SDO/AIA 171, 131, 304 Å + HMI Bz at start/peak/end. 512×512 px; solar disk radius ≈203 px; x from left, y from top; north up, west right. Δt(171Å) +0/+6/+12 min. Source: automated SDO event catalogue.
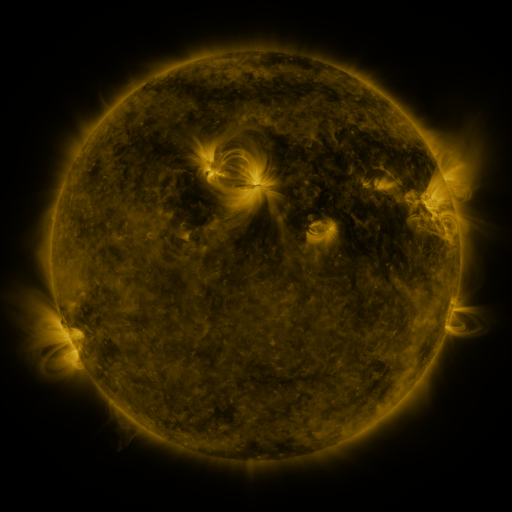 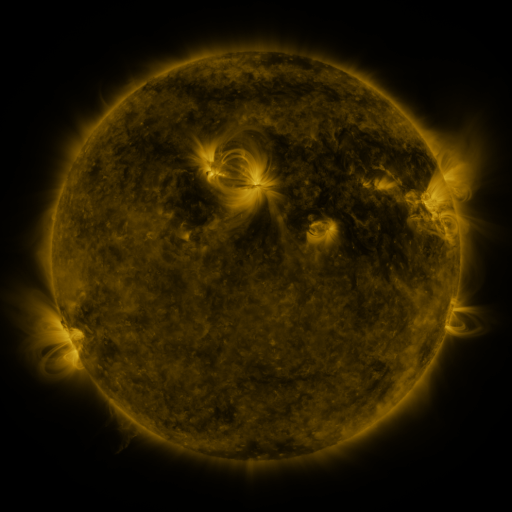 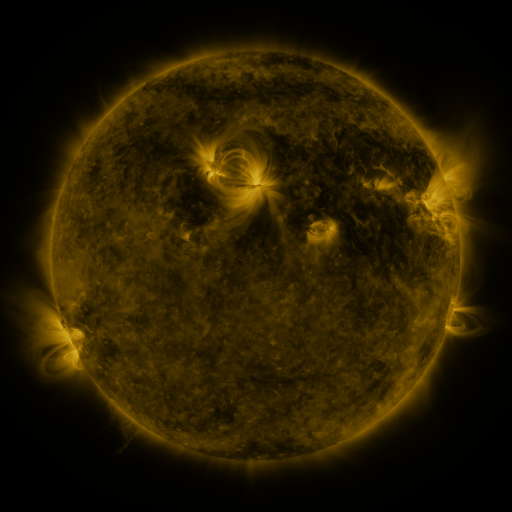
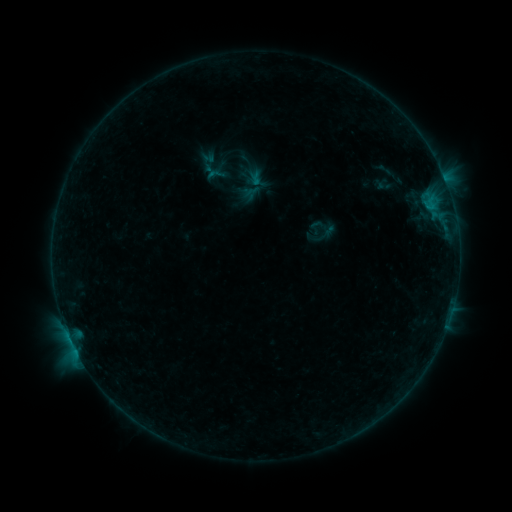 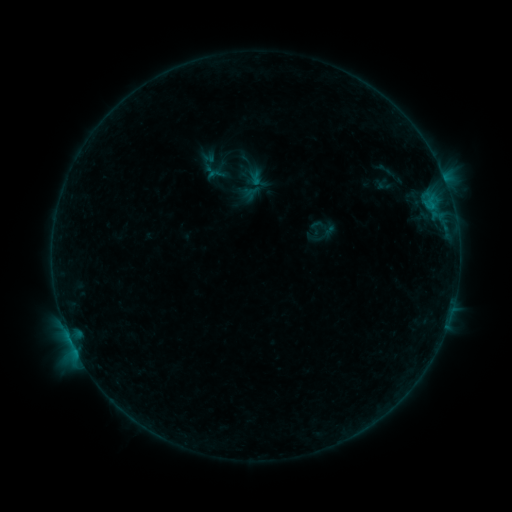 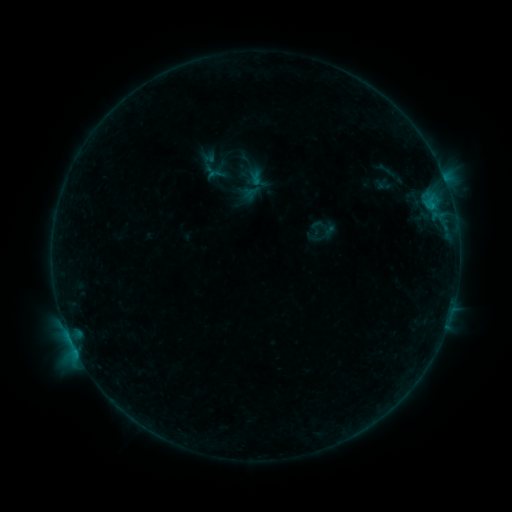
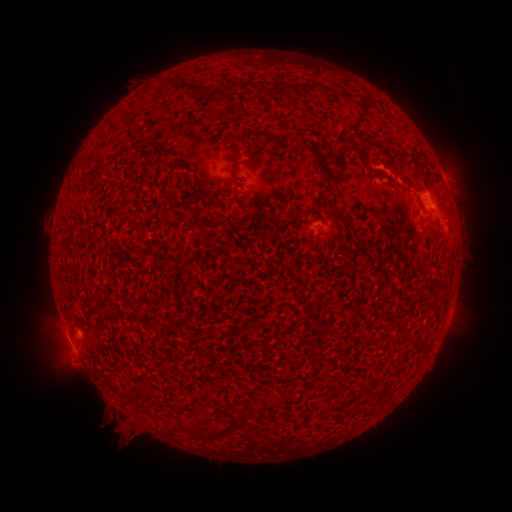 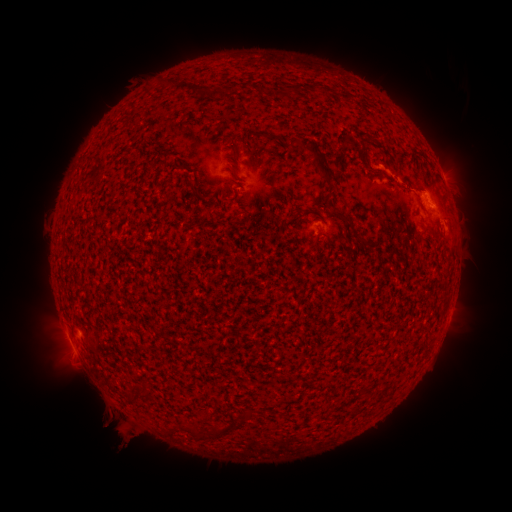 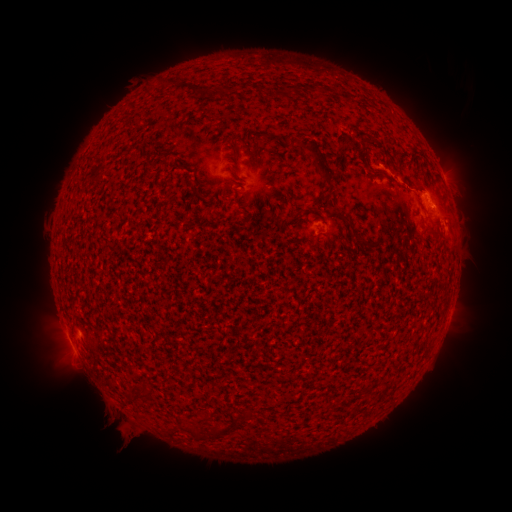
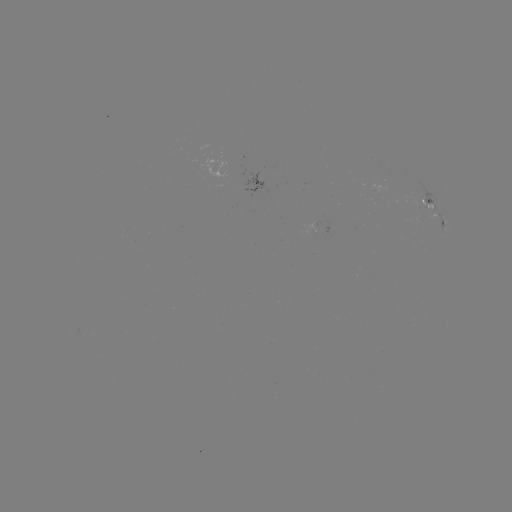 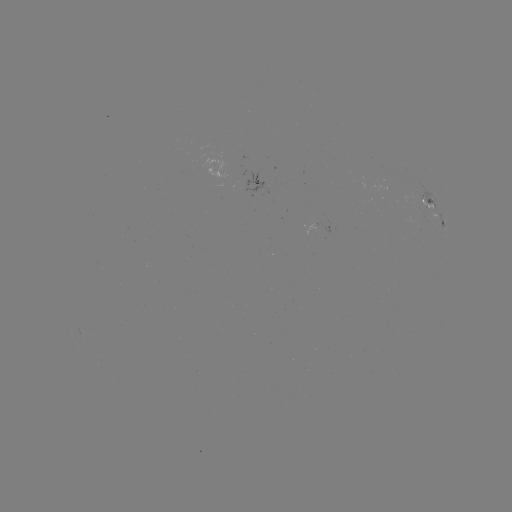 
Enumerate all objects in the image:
B4.9 flare: (66, 329)
